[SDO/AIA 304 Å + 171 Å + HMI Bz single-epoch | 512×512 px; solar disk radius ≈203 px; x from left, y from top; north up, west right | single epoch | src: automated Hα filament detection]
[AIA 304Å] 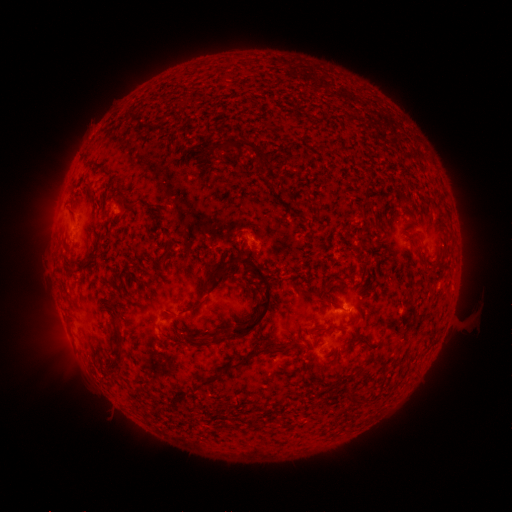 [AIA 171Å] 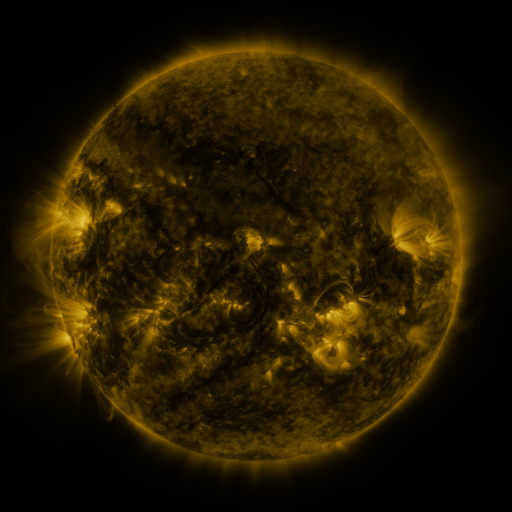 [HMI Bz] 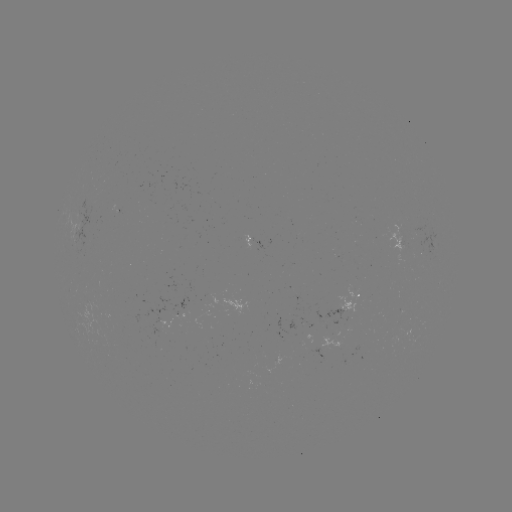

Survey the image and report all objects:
filament: [224, 139, 261, 154]
filament: [83, 180, 93, 193]
filament: [127, 203, 136, 212]
filament: [68, 206, 77, 221]
filament: [410, 232, 422, 240]
filament: [205, 251, 274, 341]
filament: [325, 297, 339, 308]
filament: [185, 298, 203, 311]
filament: [117, 346, 124, 363]
filament: [249, 346, 287, 355]
